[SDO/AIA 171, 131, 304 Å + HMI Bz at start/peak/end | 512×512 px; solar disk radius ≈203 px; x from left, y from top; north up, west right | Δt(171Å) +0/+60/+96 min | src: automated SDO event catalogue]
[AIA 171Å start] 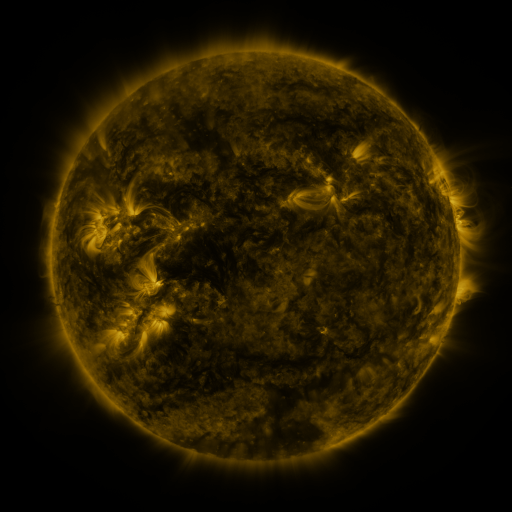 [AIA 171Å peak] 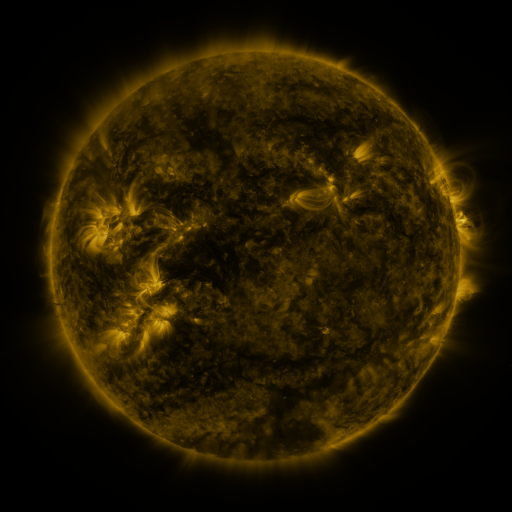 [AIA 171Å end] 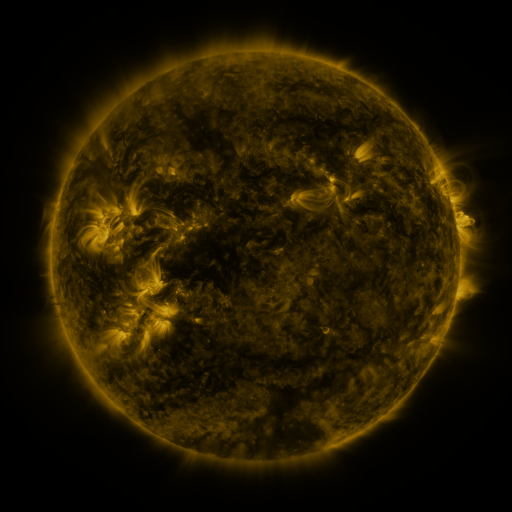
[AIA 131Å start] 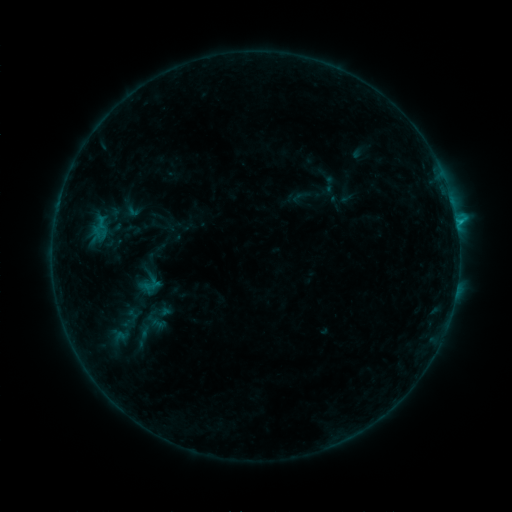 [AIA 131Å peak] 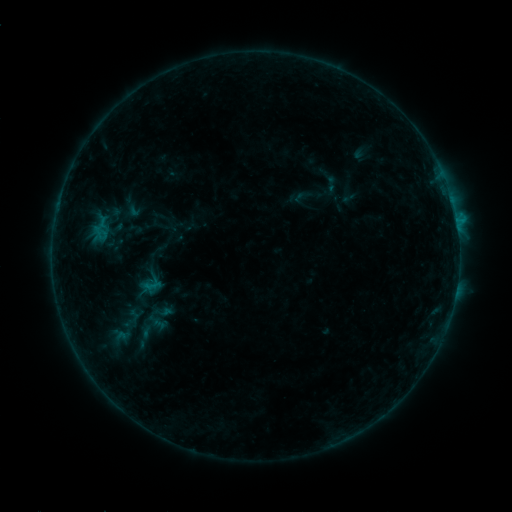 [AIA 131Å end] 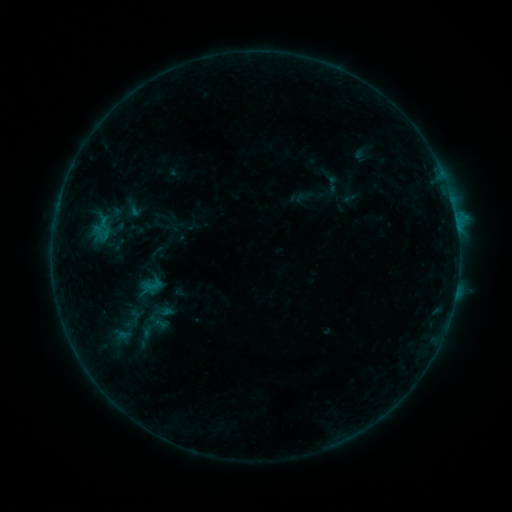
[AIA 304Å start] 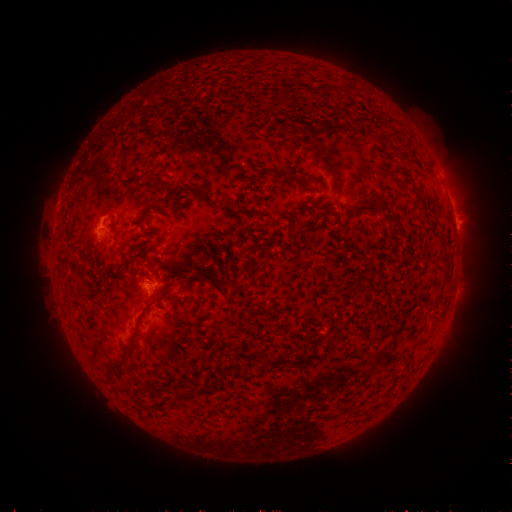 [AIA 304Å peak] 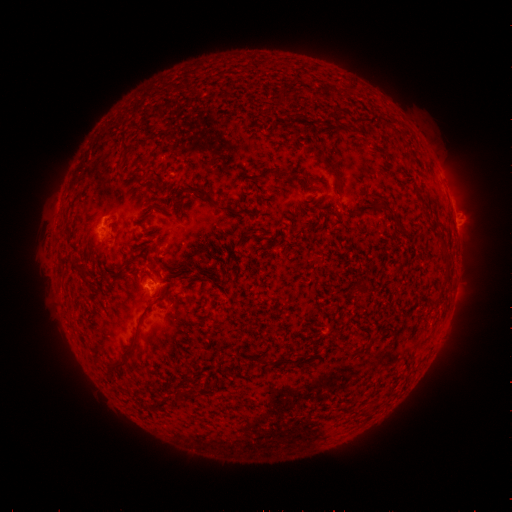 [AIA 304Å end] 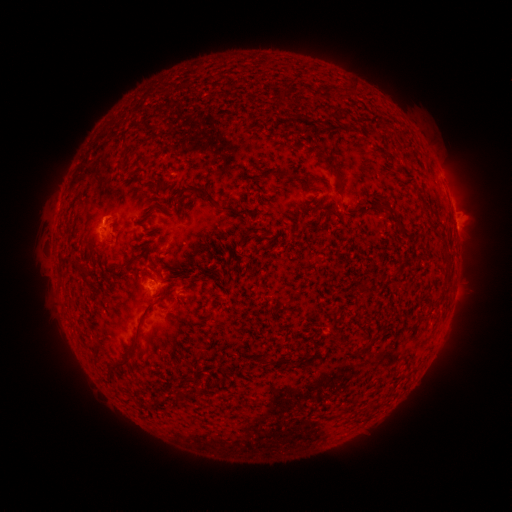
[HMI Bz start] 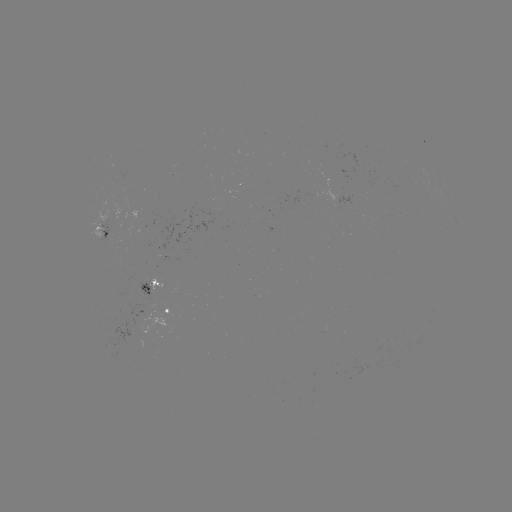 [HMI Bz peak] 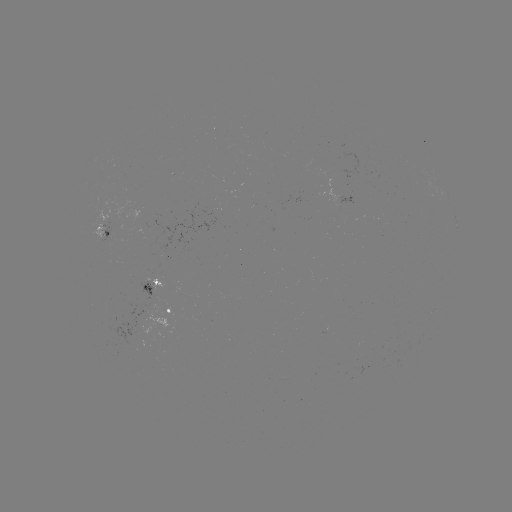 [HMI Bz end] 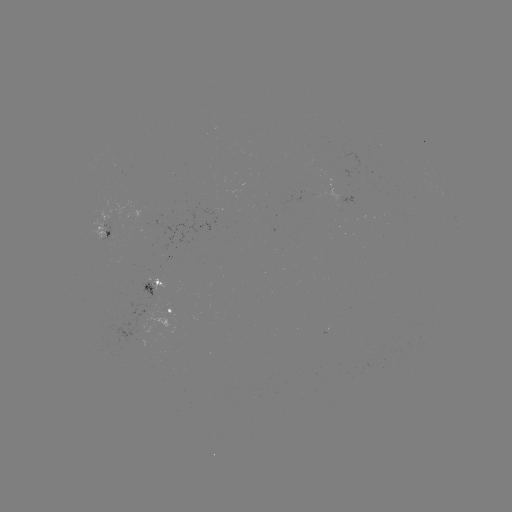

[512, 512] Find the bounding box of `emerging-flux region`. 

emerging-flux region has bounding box [332, 196, 353, 208].